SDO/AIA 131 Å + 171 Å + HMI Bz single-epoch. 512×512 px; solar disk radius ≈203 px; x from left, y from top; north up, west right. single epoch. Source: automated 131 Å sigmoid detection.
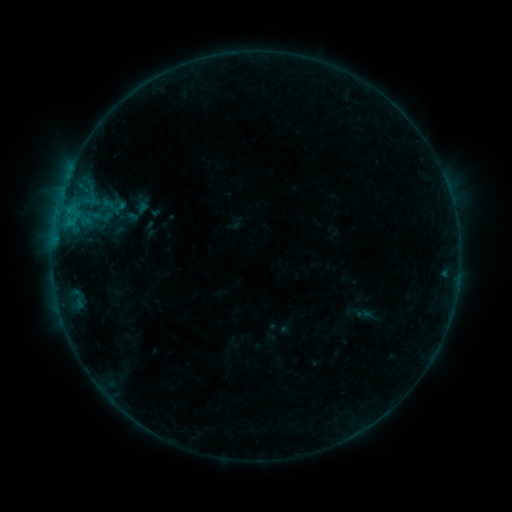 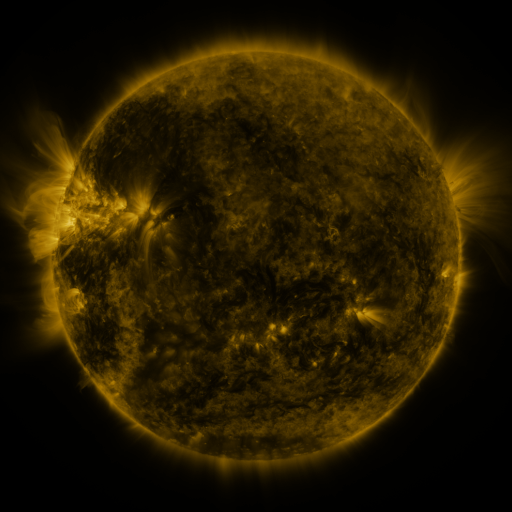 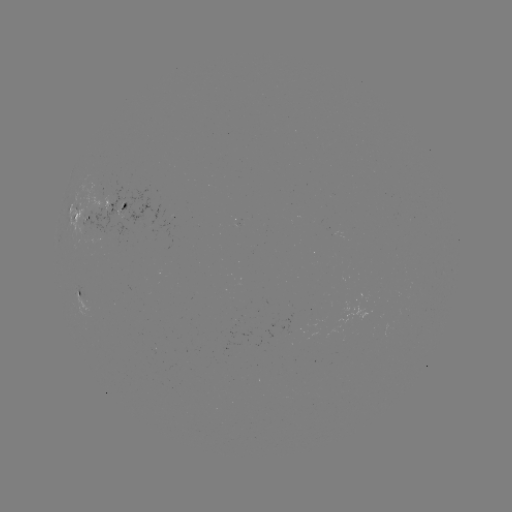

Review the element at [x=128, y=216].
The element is sigmoid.